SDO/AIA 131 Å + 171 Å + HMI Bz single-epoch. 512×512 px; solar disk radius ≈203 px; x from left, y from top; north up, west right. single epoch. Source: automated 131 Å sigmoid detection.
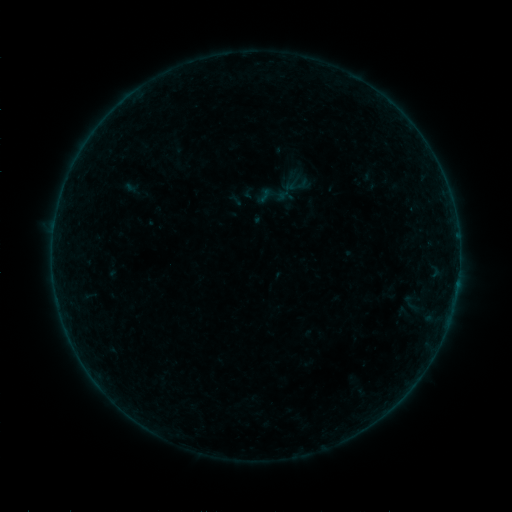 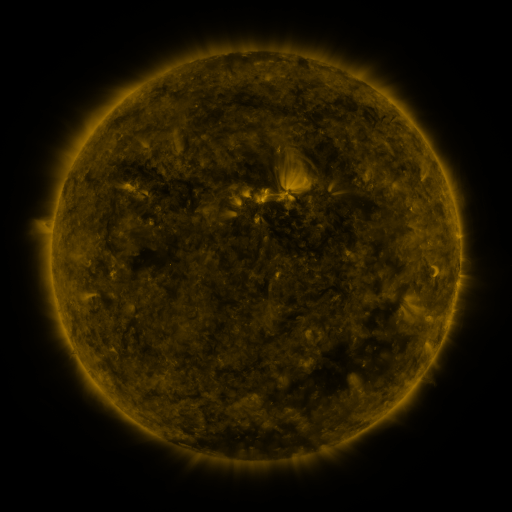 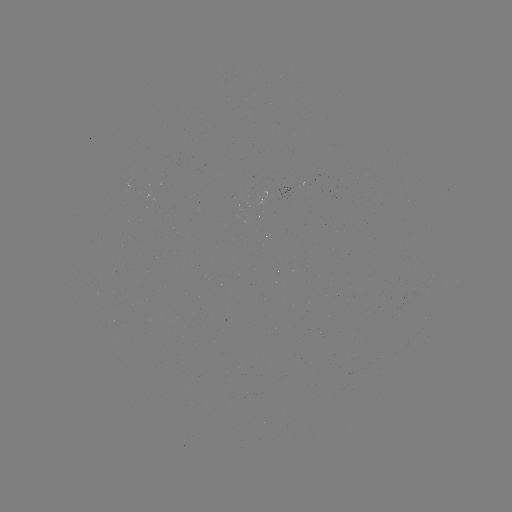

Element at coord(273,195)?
sigmoid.